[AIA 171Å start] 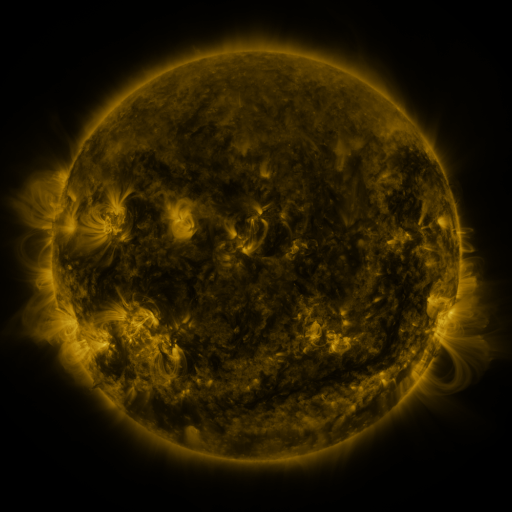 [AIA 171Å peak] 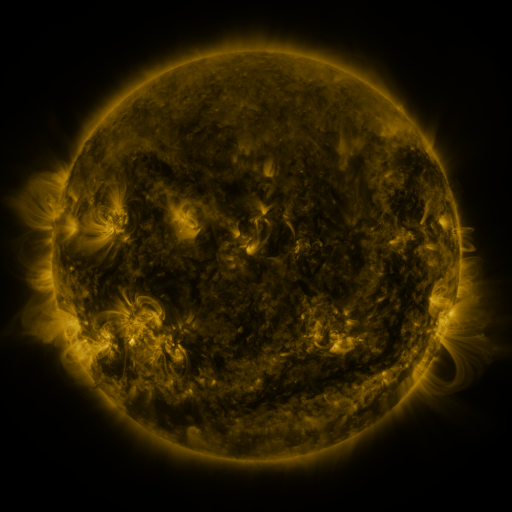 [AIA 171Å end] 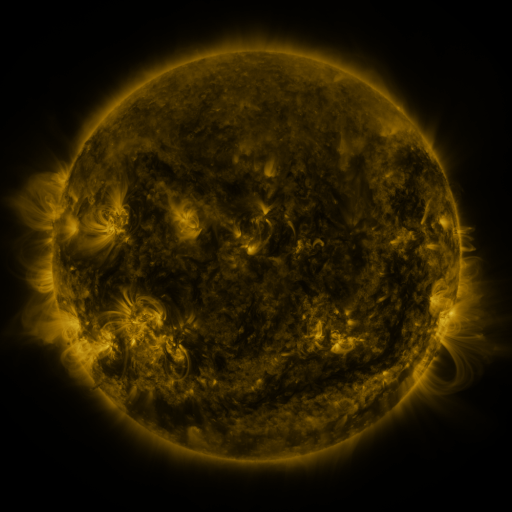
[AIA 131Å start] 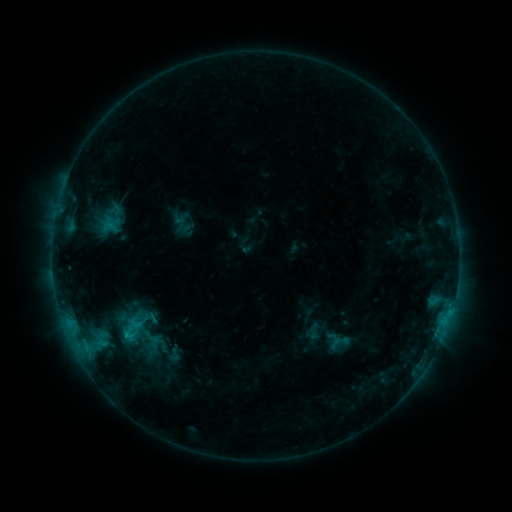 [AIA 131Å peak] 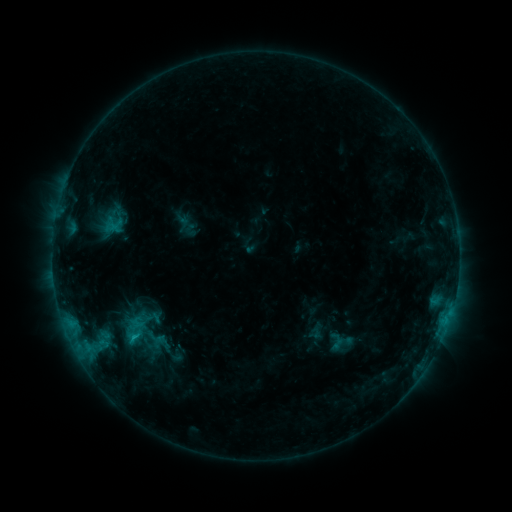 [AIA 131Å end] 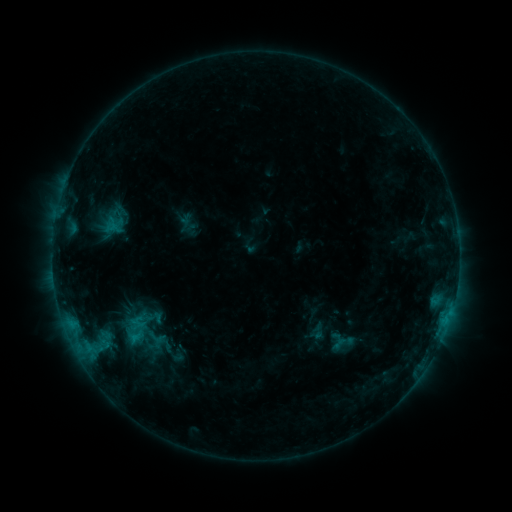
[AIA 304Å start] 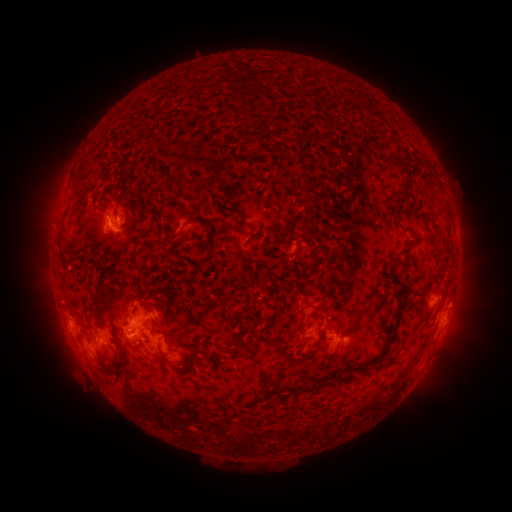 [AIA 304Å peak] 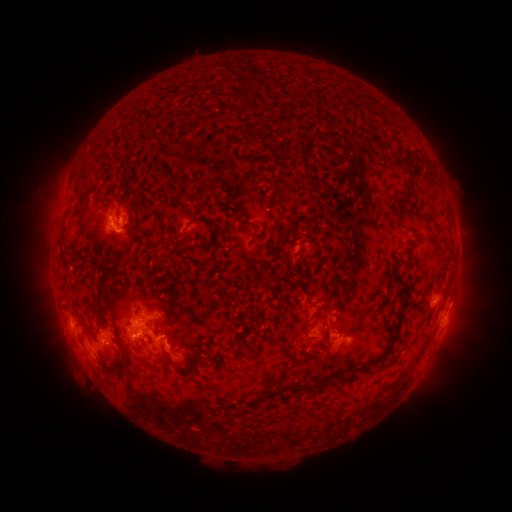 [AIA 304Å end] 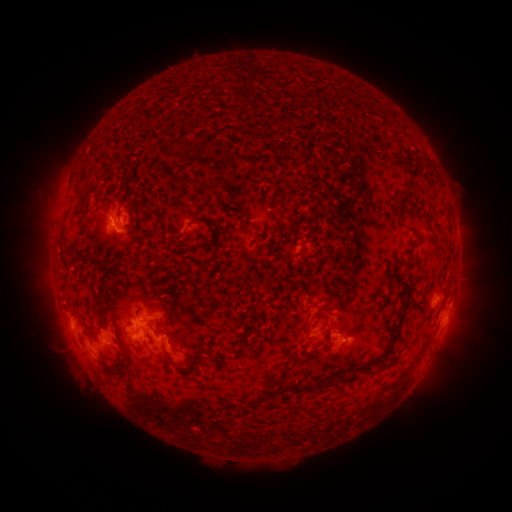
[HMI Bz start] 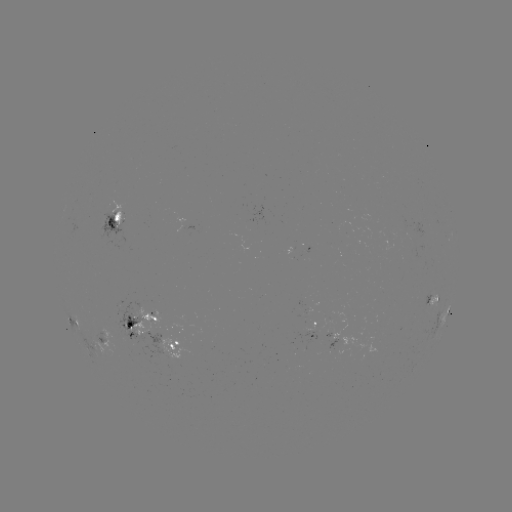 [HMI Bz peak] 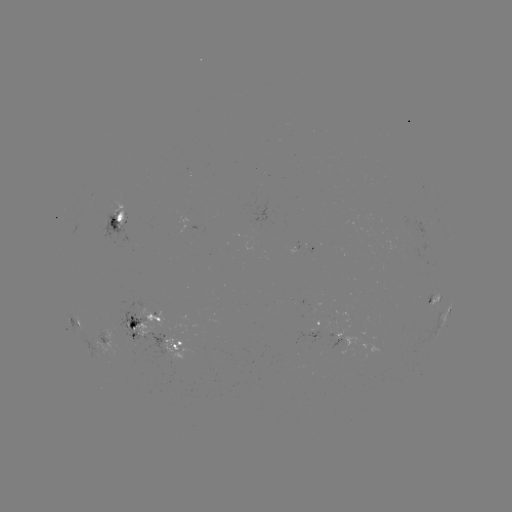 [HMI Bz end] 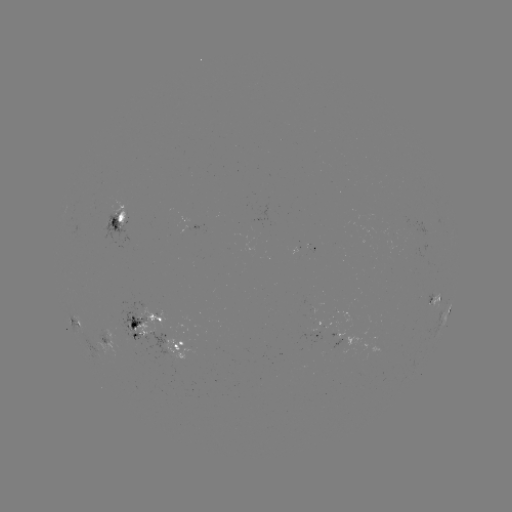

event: emerging-flux region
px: (325, 325)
